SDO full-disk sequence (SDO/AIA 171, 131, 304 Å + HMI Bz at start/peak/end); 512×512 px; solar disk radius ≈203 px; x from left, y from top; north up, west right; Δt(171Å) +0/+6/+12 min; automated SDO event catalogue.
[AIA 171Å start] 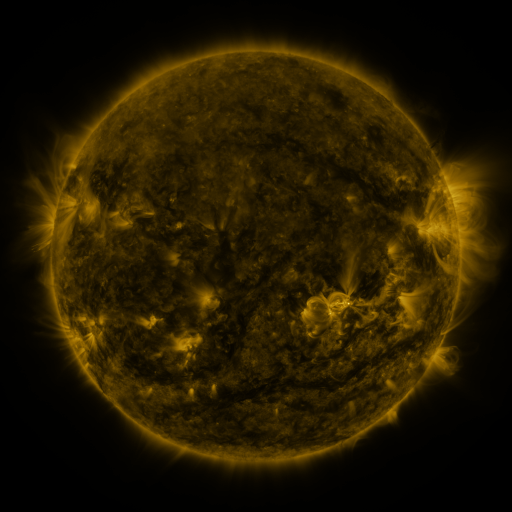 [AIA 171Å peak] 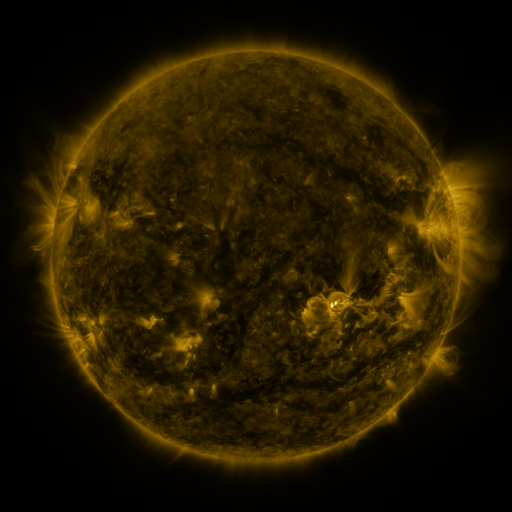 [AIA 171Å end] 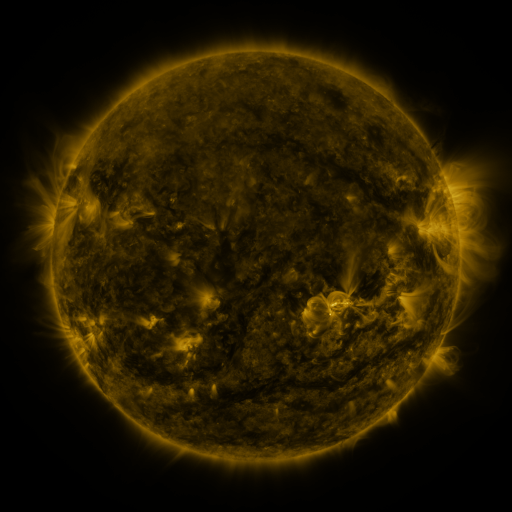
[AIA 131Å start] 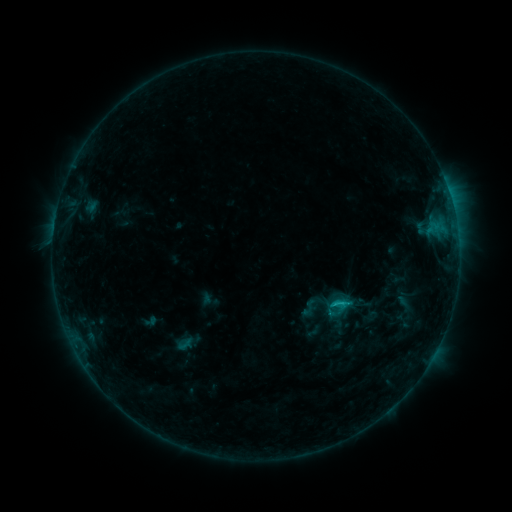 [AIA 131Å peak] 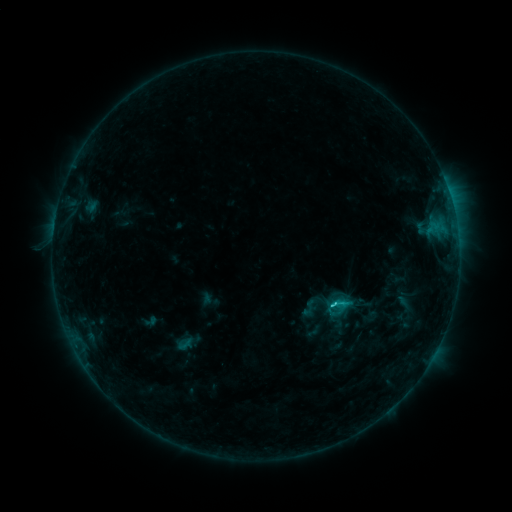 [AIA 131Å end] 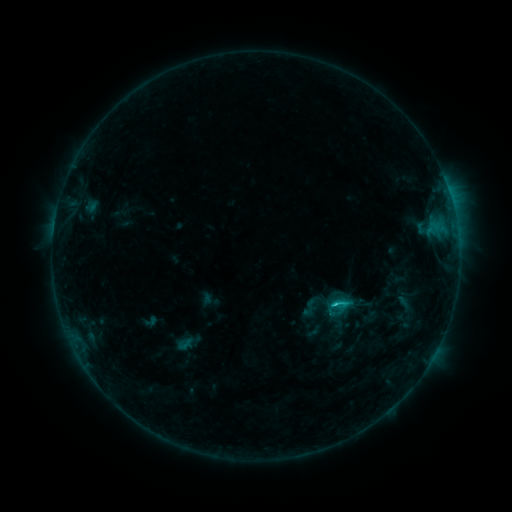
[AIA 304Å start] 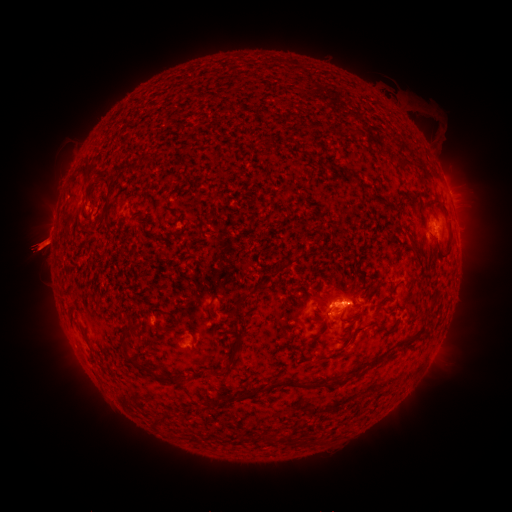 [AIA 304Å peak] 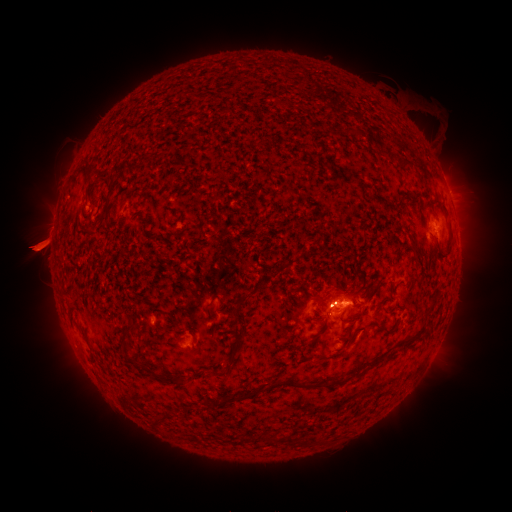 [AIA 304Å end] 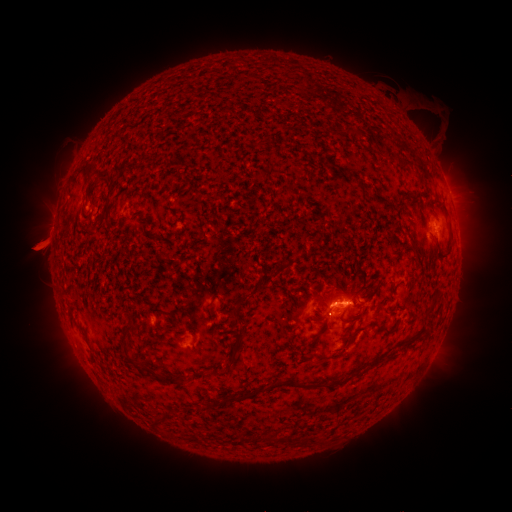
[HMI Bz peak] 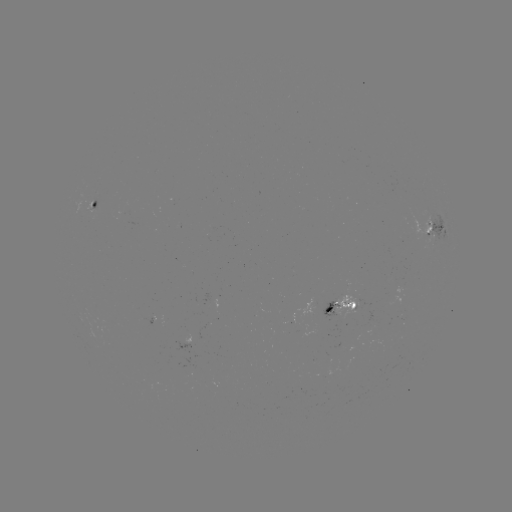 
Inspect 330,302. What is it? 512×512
C2.3 flare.